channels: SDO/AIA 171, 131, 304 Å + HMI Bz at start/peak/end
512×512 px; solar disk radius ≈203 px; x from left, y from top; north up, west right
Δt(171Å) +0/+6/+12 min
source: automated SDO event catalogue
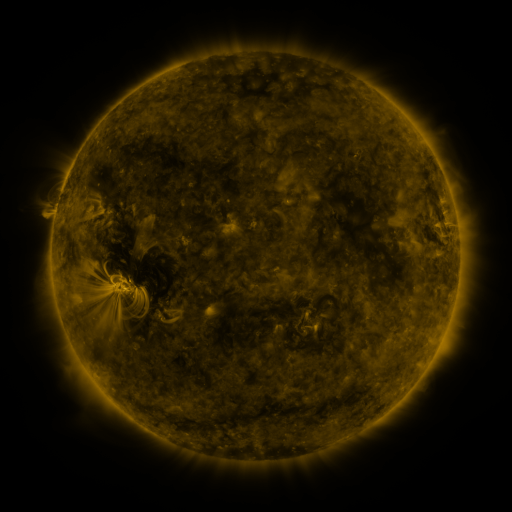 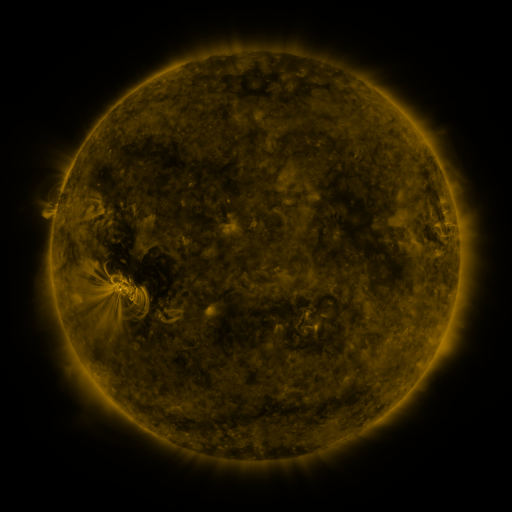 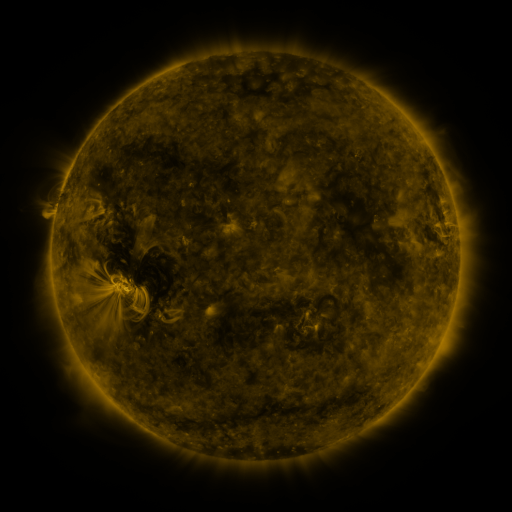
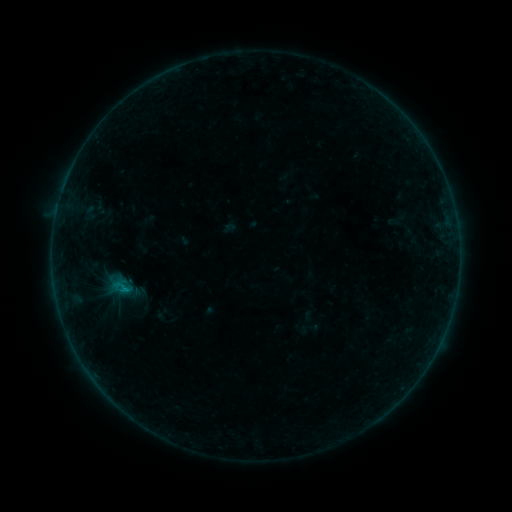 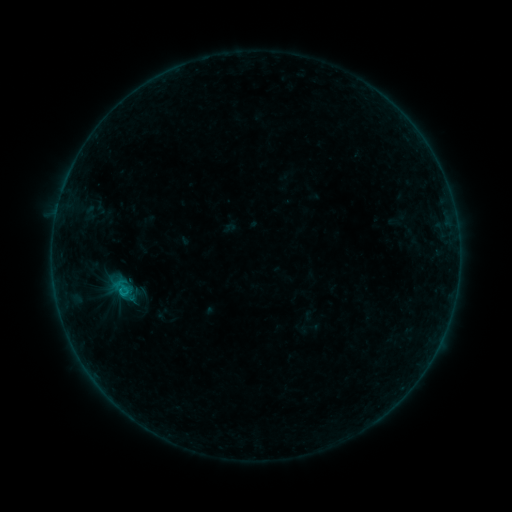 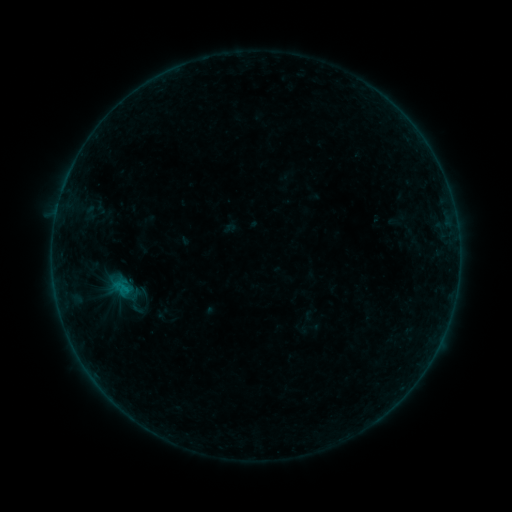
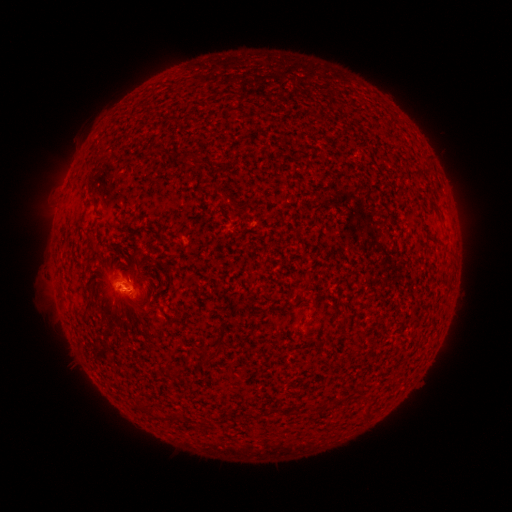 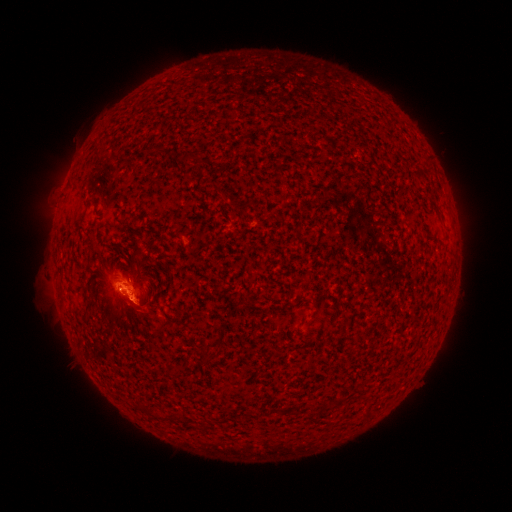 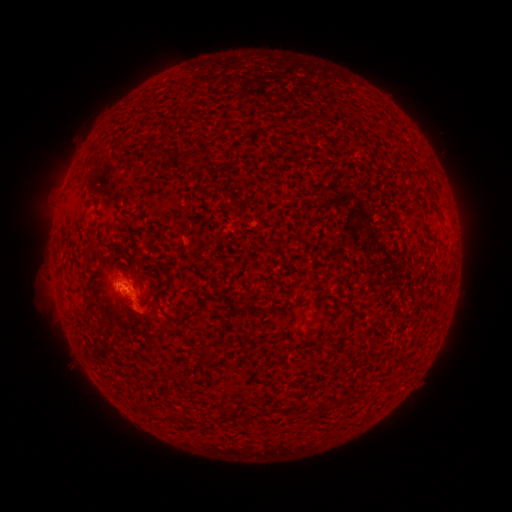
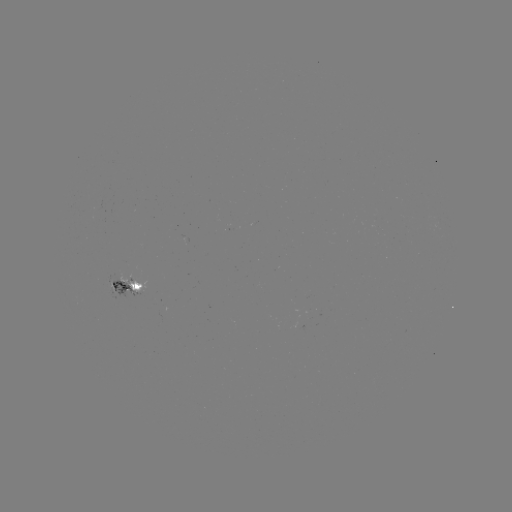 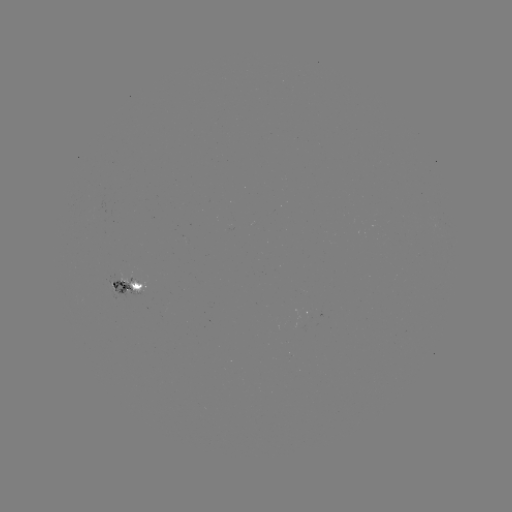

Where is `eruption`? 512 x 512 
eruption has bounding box [108, 286, 160, 337].